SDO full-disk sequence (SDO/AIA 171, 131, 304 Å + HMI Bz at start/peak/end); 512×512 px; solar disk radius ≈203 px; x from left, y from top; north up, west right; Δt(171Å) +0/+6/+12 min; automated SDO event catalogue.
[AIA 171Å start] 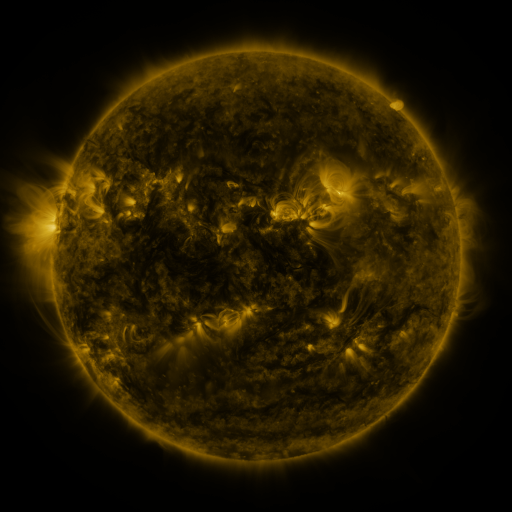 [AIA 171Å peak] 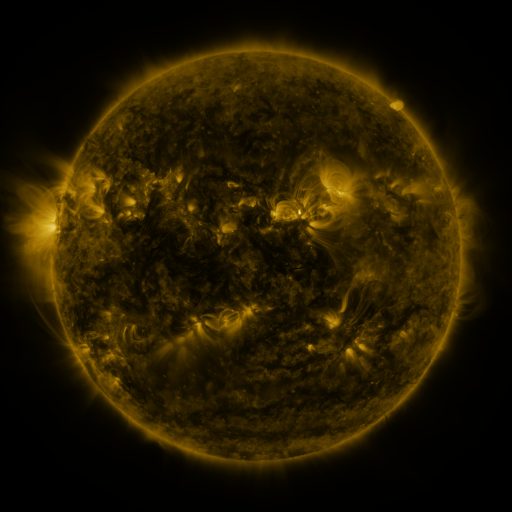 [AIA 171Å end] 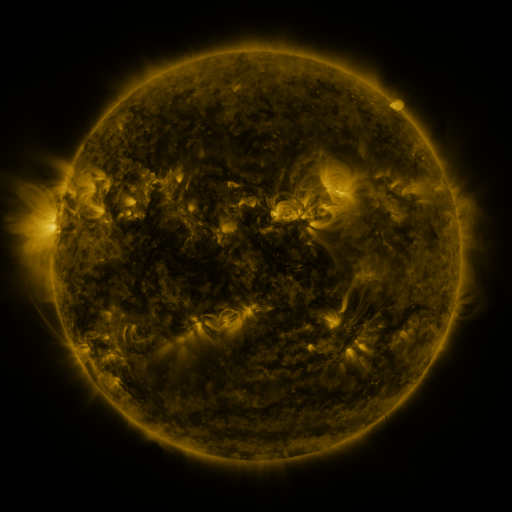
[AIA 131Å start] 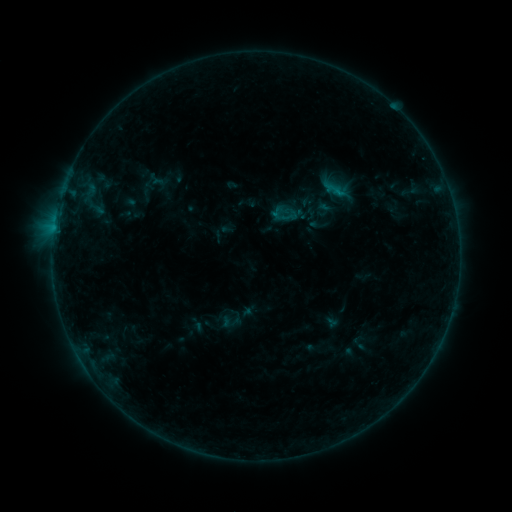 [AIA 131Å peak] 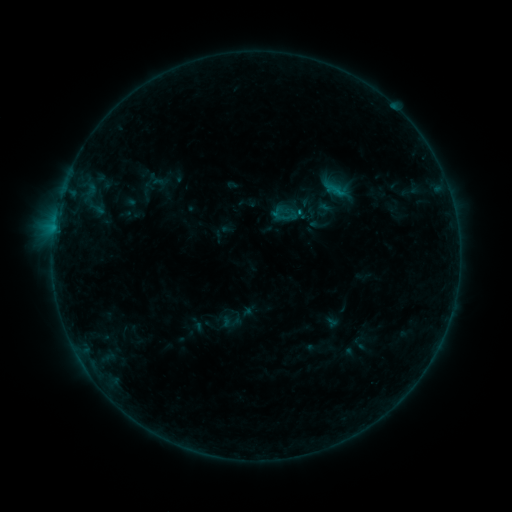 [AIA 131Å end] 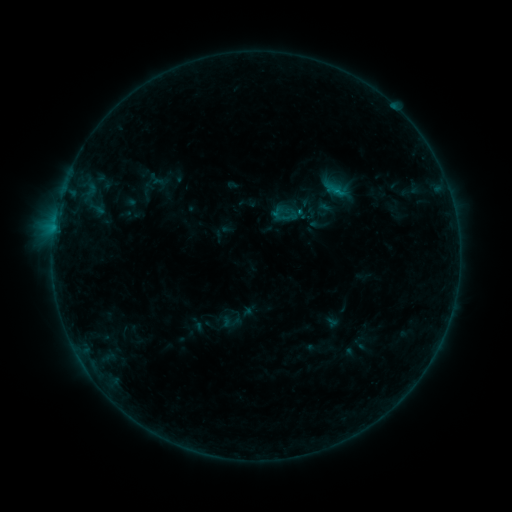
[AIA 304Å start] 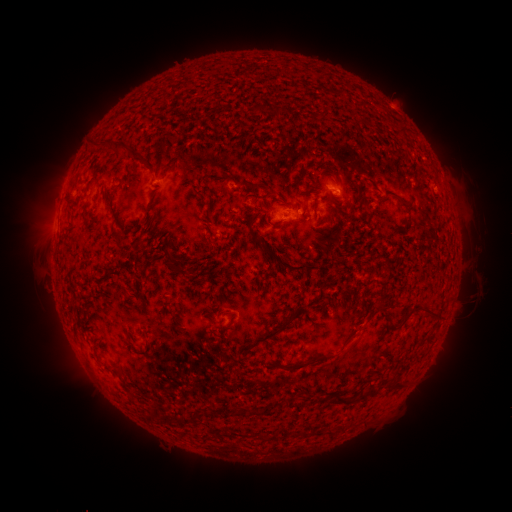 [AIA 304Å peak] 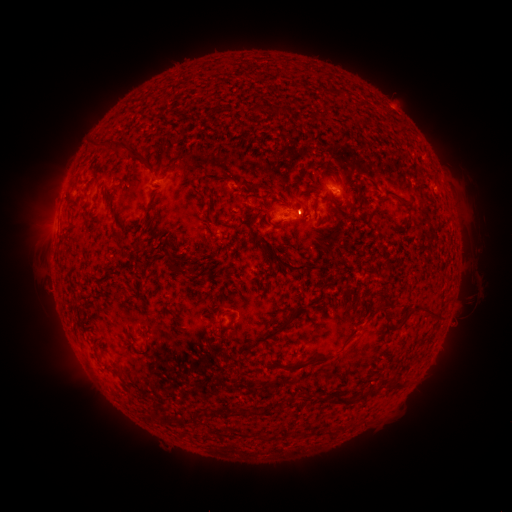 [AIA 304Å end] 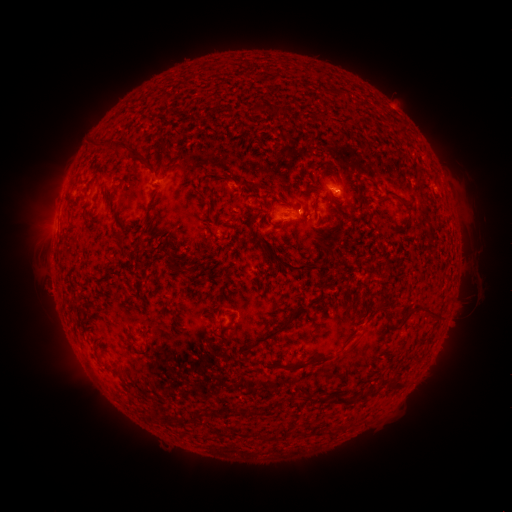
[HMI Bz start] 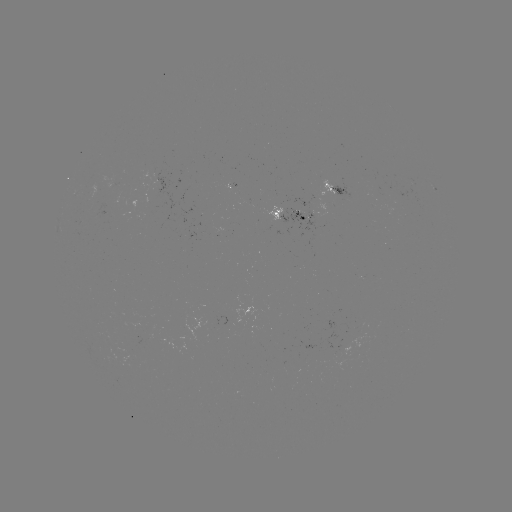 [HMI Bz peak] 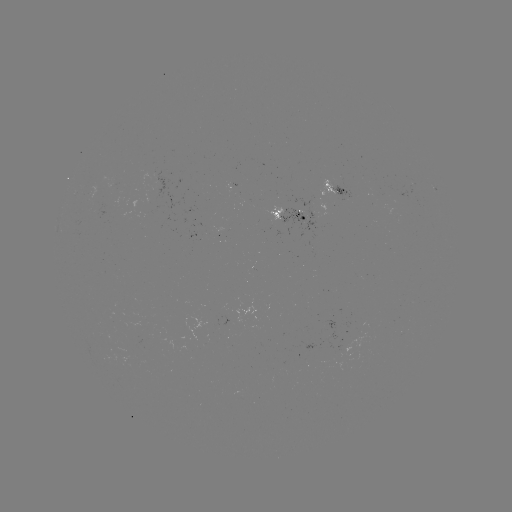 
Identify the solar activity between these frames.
B4.7 flare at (297, 215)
